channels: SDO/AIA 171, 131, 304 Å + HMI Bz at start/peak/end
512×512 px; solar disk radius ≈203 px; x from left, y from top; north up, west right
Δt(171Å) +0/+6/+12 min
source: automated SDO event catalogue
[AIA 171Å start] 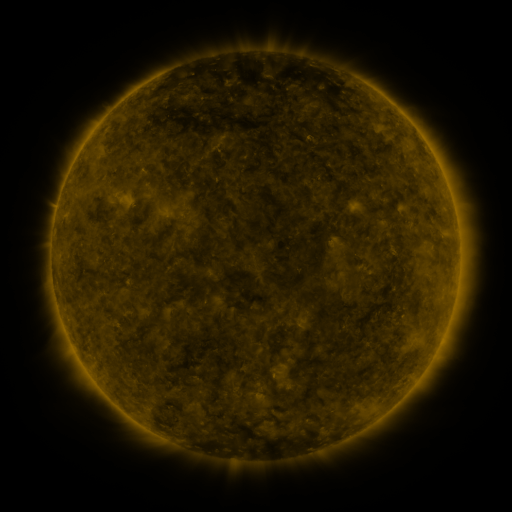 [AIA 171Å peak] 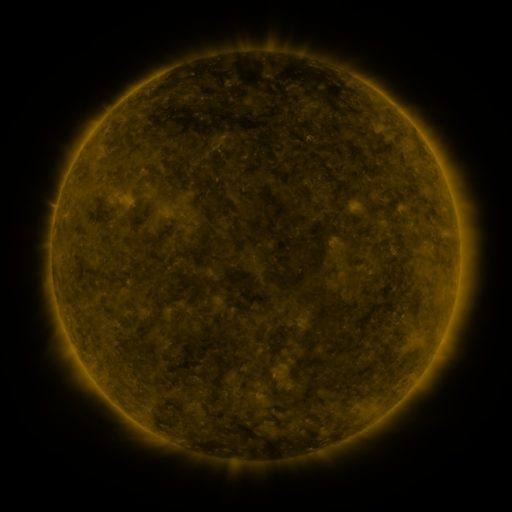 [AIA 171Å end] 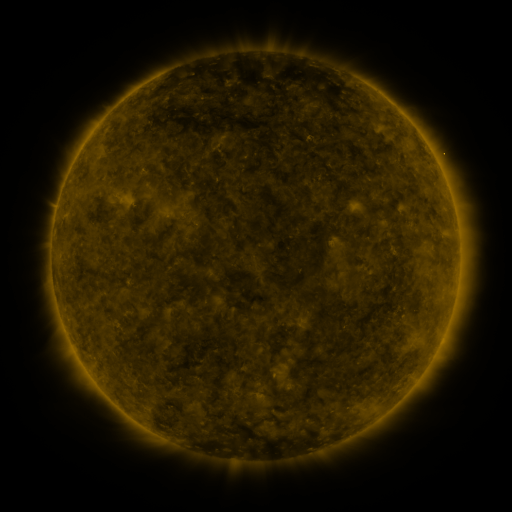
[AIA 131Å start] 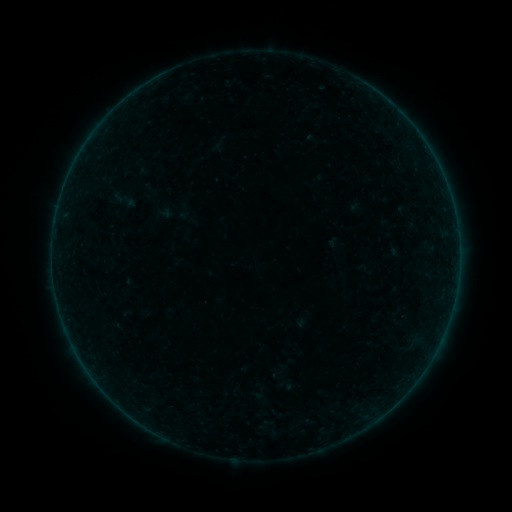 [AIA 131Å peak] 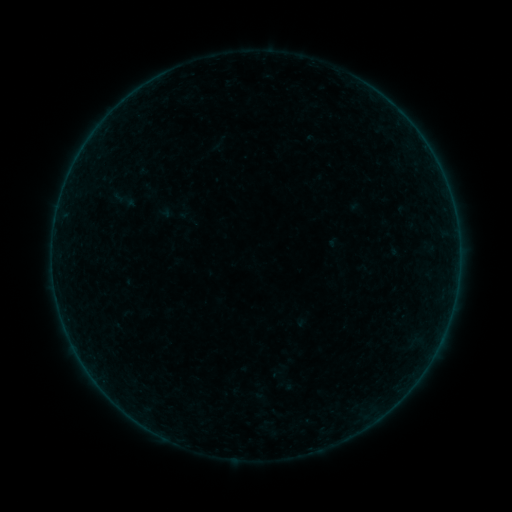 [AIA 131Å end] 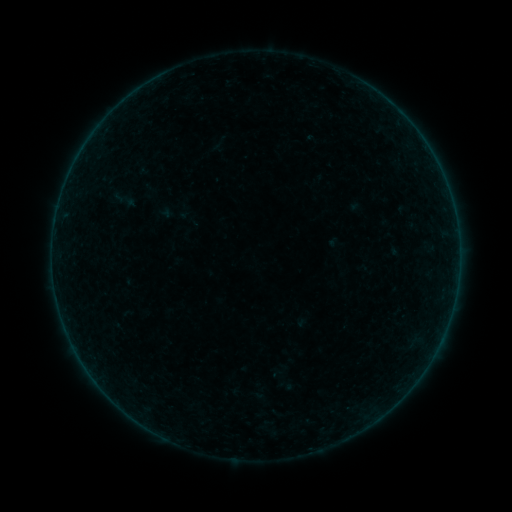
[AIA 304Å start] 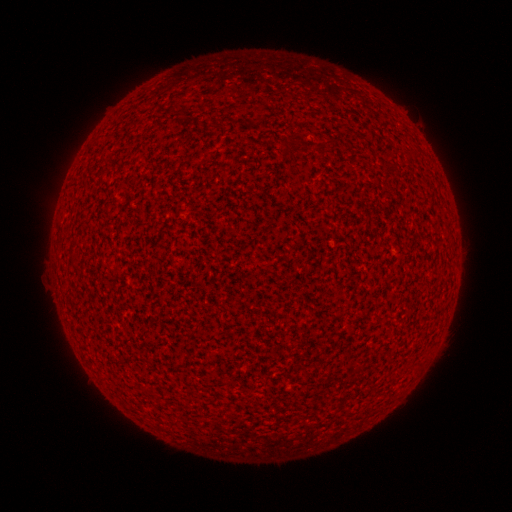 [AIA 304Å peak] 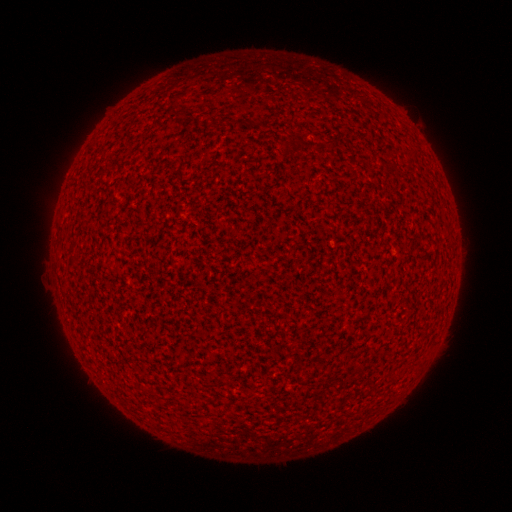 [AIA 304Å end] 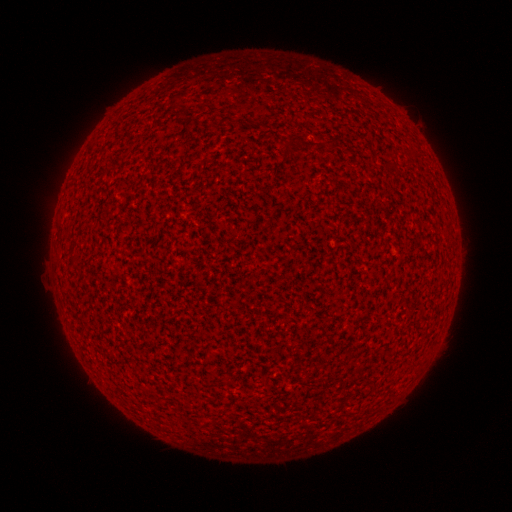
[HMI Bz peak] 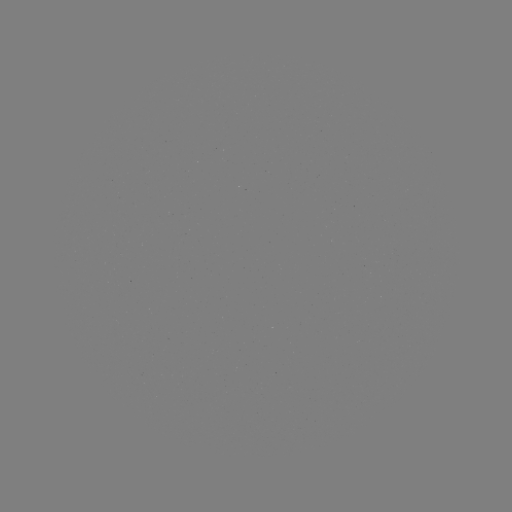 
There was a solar flare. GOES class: A0.0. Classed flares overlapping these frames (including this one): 1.